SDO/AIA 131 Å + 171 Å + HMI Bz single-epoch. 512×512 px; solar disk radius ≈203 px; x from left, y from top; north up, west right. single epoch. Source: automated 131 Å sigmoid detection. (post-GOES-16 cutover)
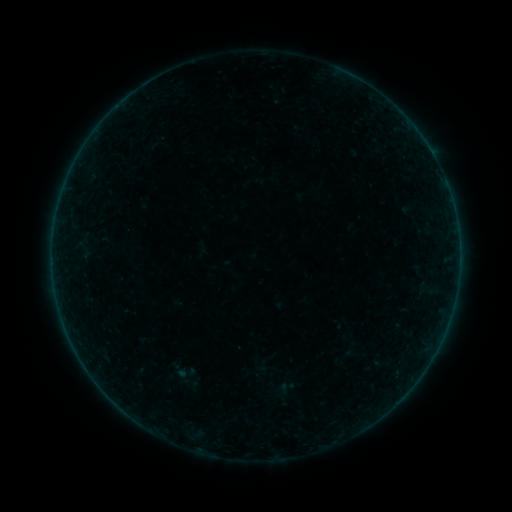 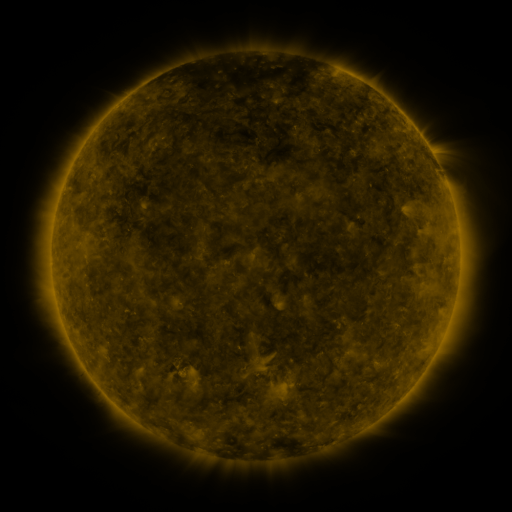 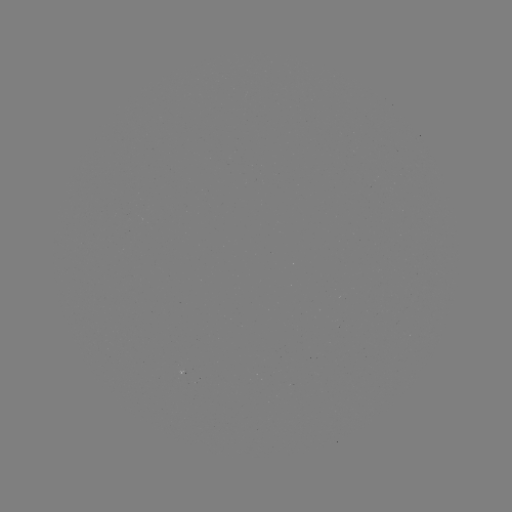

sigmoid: [163, 358, 195, 382]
